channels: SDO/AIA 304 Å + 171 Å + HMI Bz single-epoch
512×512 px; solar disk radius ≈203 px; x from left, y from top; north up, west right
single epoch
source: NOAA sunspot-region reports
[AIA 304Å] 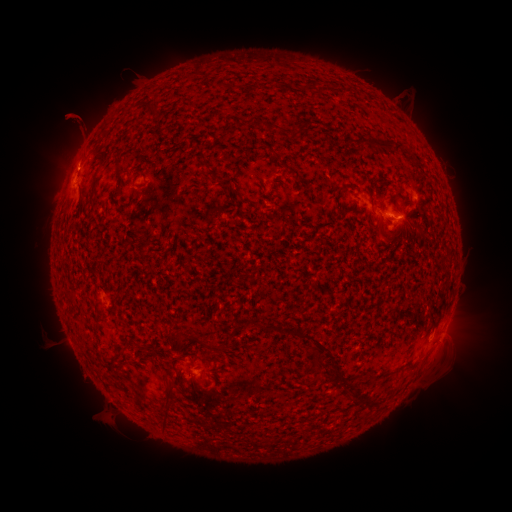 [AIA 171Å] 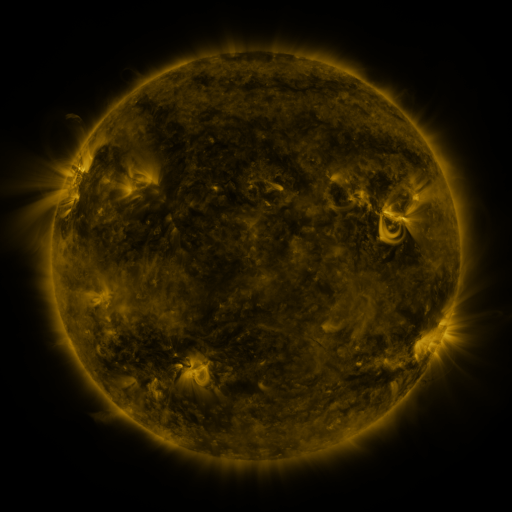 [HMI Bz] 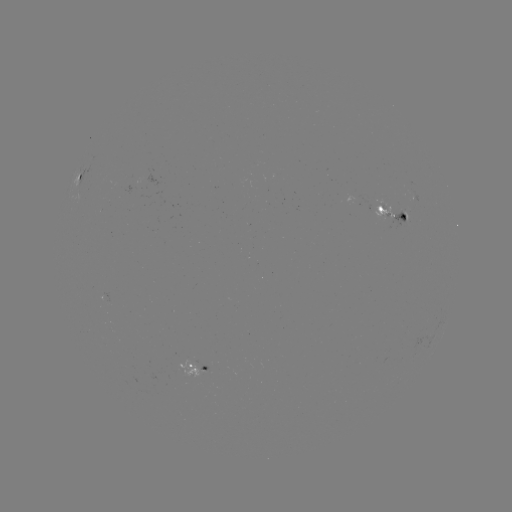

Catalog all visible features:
spotted active region: (81, 172)
spotted active region: (386, 192)
spotted active region: (394, 216)
spotted active region: (196, 371)
